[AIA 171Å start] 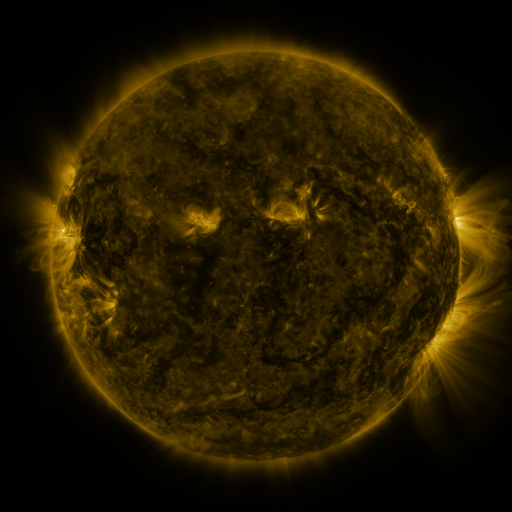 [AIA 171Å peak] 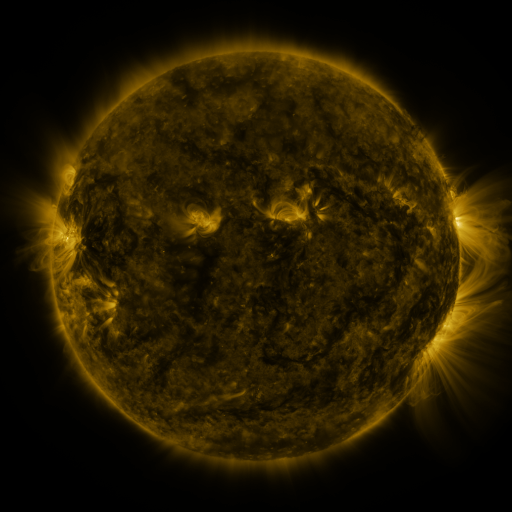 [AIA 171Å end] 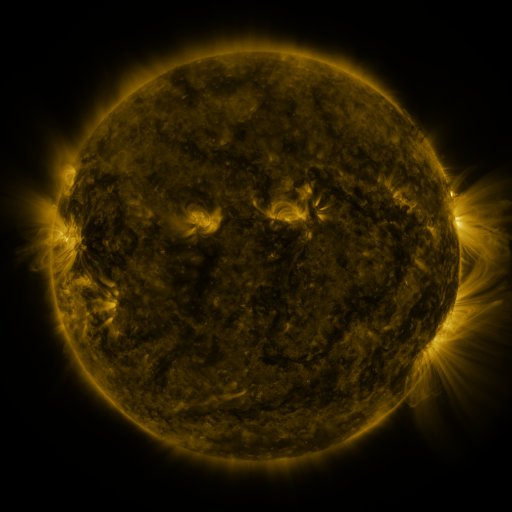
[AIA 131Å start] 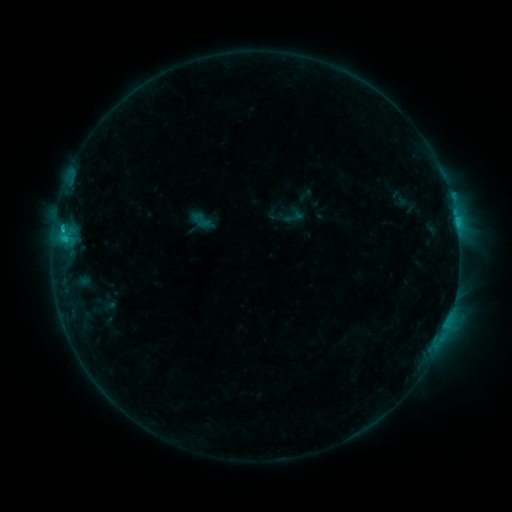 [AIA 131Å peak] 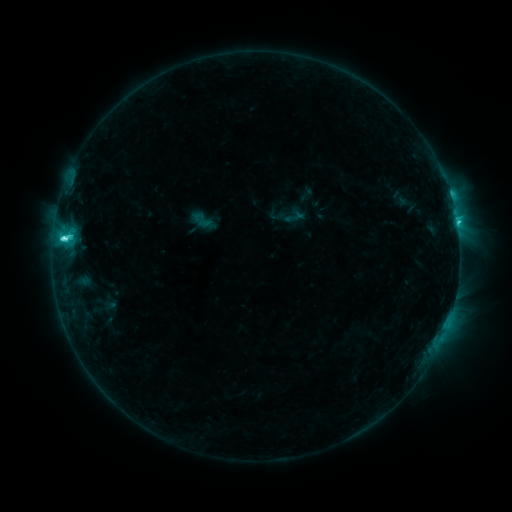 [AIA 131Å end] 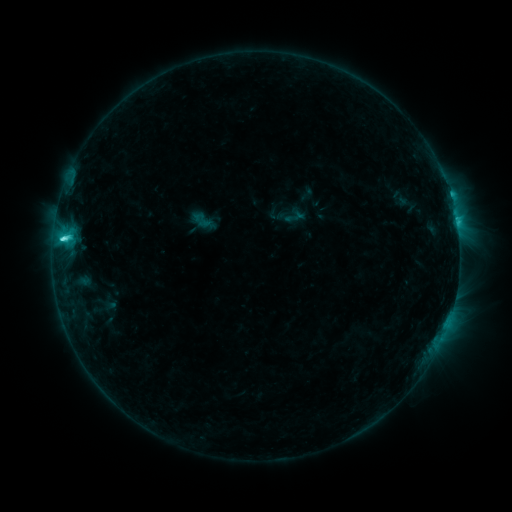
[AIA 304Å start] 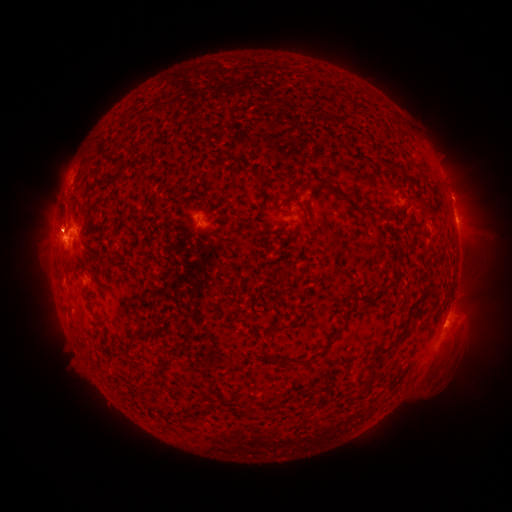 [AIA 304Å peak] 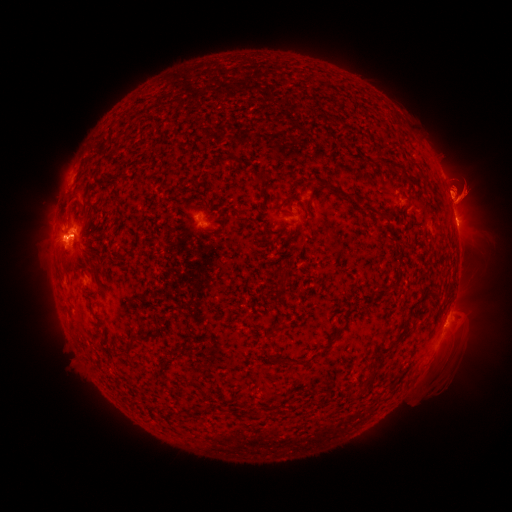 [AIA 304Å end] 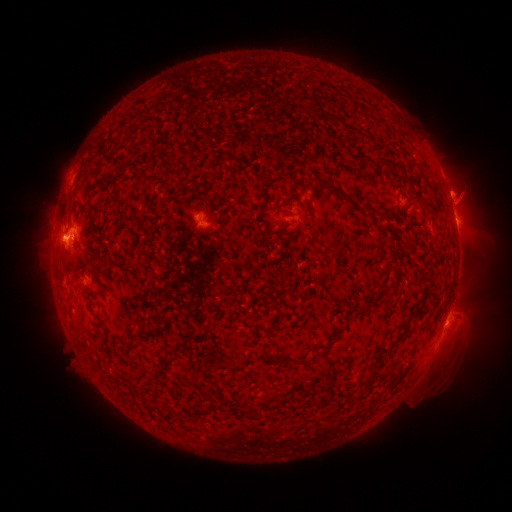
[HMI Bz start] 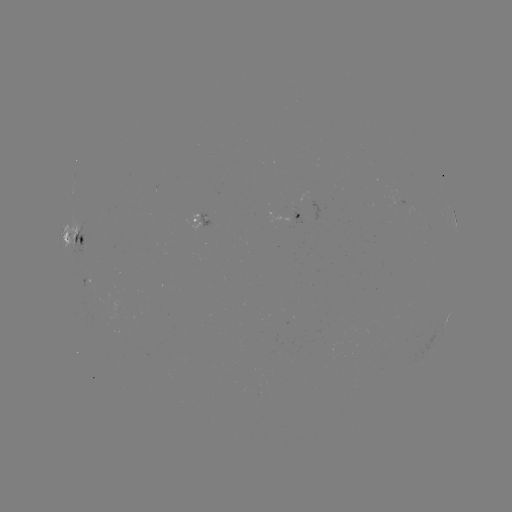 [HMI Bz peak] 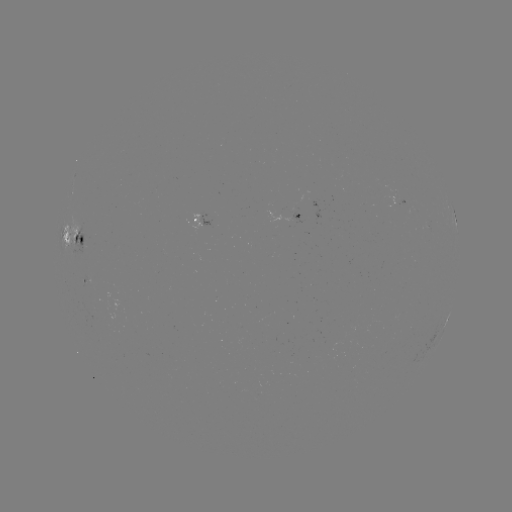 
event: flare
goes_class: C5.5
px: (65, 240)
